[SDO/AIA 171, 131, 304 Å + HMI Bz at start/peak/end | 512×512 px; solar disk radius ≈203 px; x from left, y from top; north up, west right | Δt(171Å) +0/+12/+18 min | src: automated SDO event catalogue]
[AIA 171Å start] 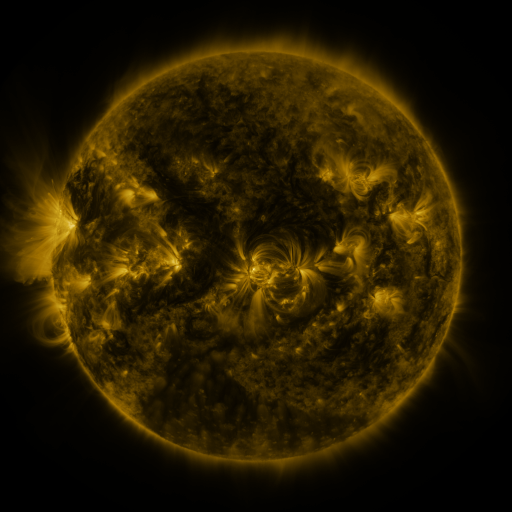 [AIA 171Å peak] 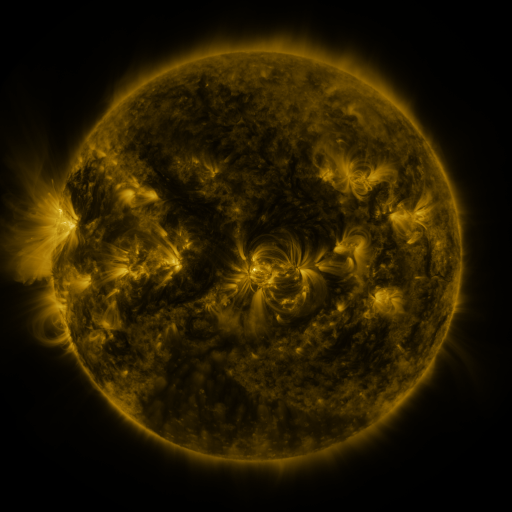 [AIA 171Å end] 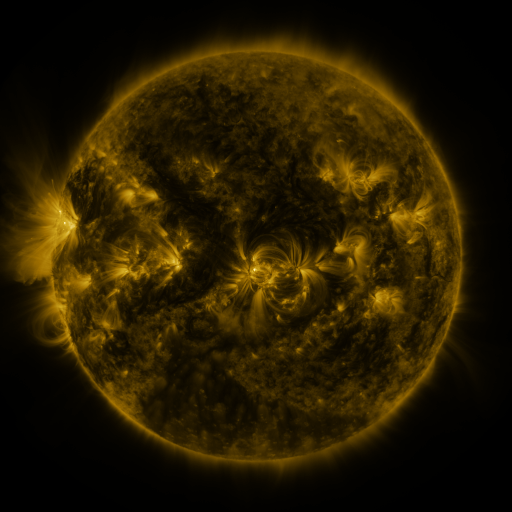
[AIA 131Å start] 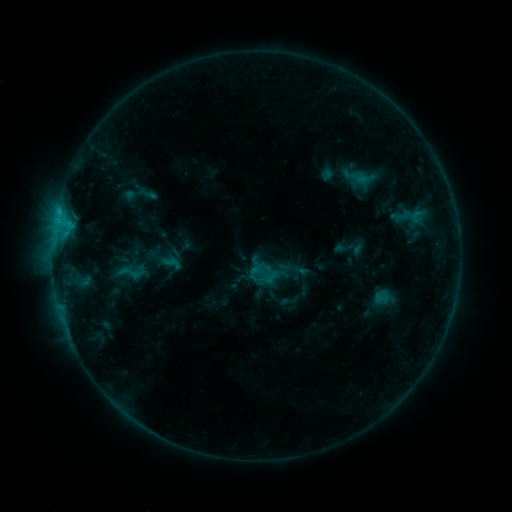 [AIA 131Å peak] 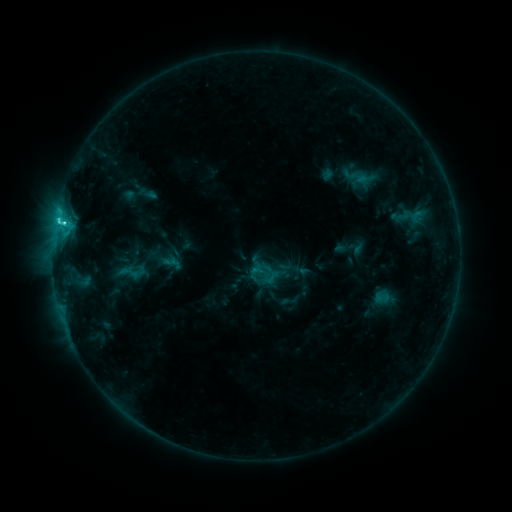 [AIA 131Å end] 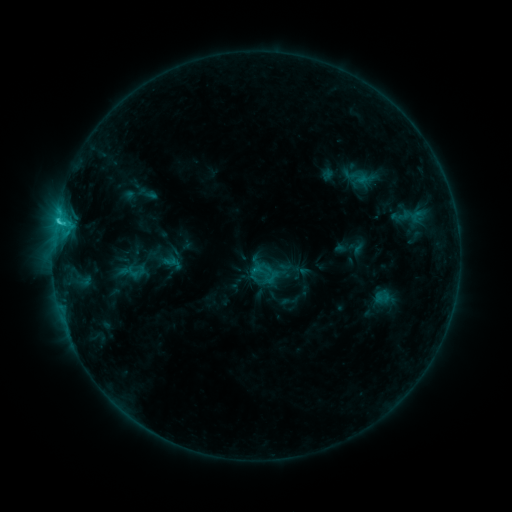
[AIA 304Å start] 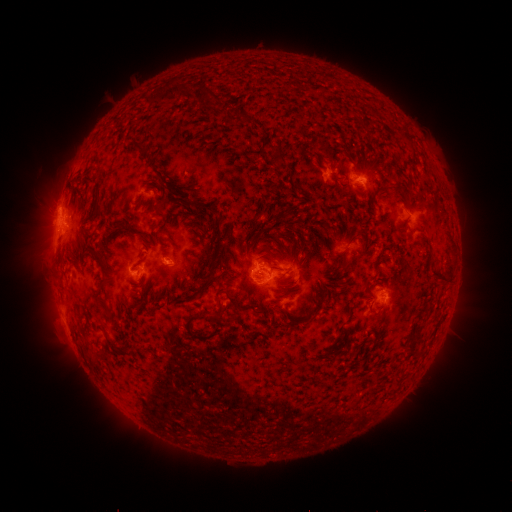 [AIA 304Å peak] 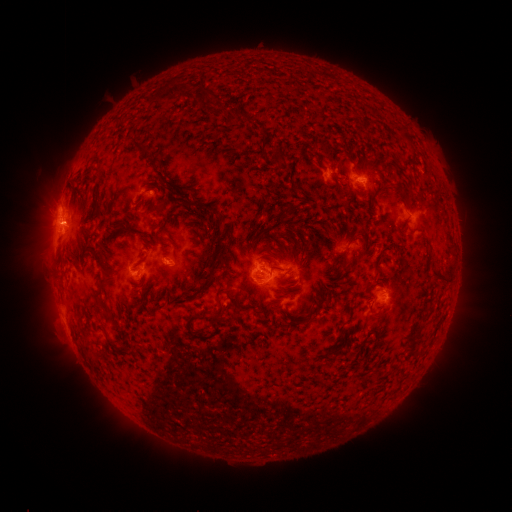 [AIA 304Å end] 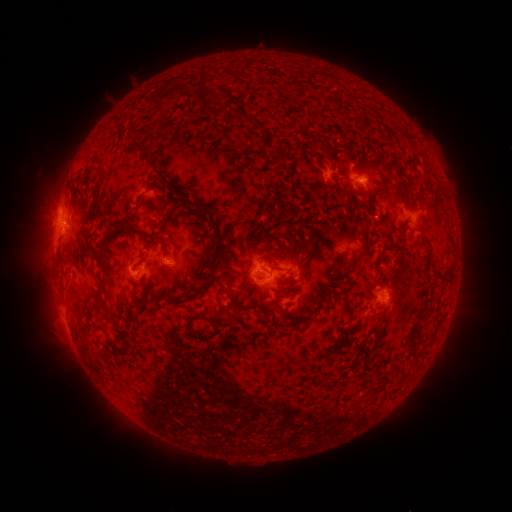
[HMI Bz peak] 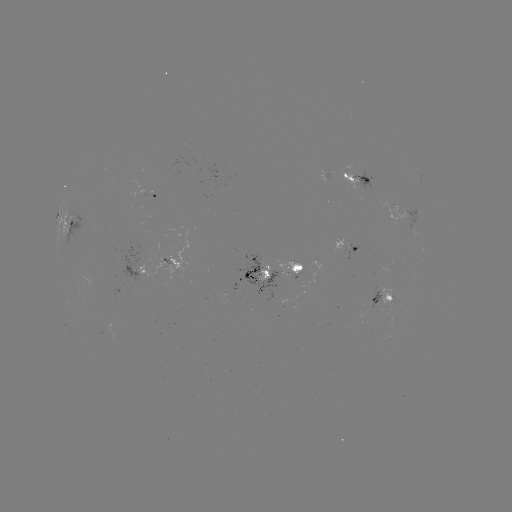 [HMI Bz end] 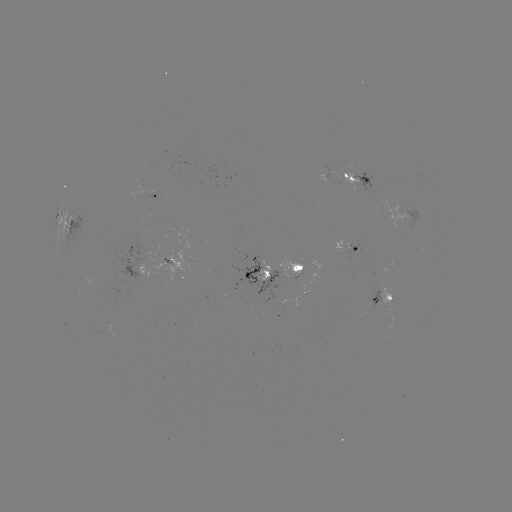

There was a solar flare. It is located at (65, 224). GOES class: C3.2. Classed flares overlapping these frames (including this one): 1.